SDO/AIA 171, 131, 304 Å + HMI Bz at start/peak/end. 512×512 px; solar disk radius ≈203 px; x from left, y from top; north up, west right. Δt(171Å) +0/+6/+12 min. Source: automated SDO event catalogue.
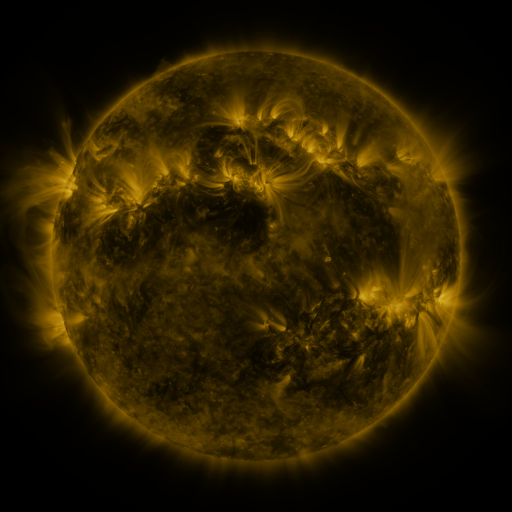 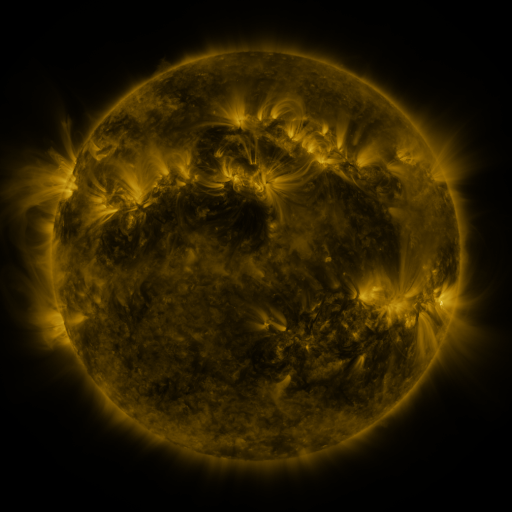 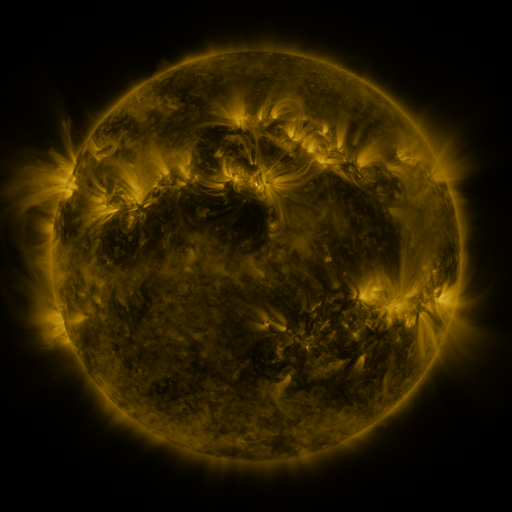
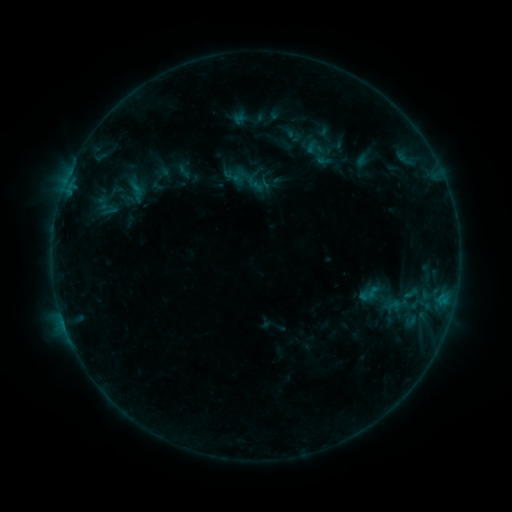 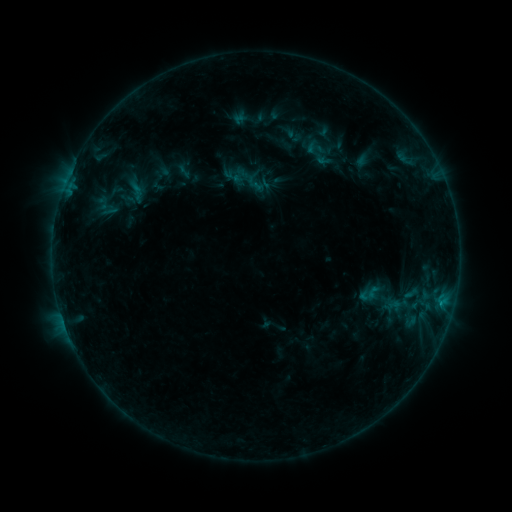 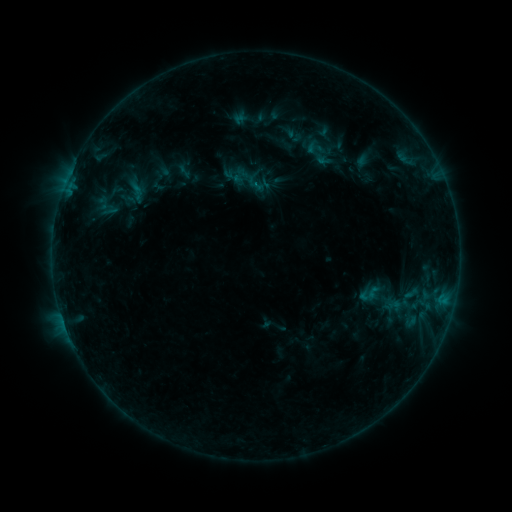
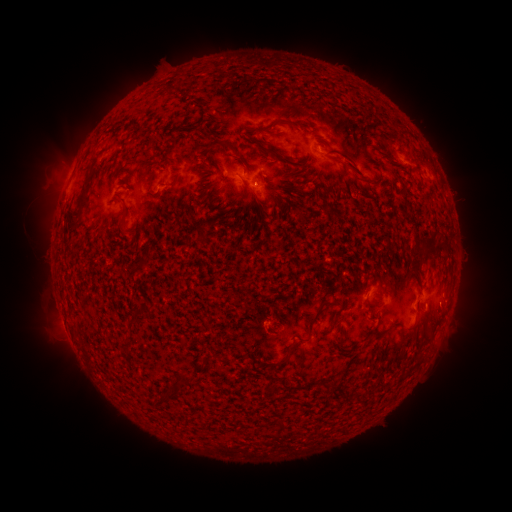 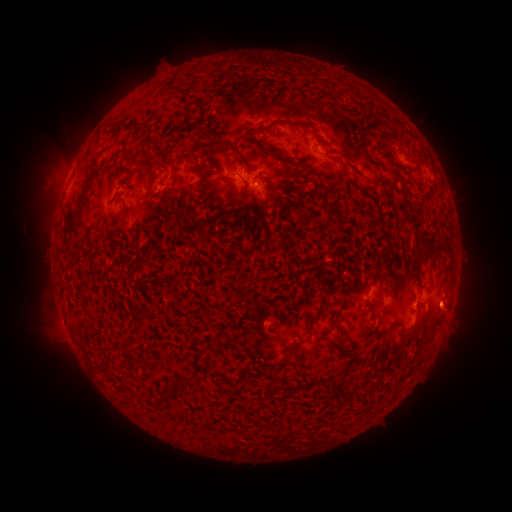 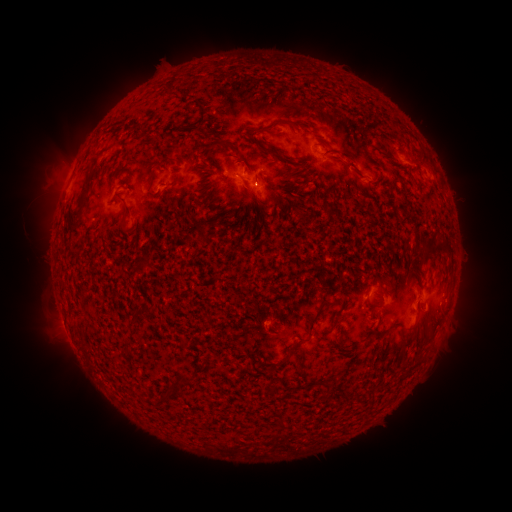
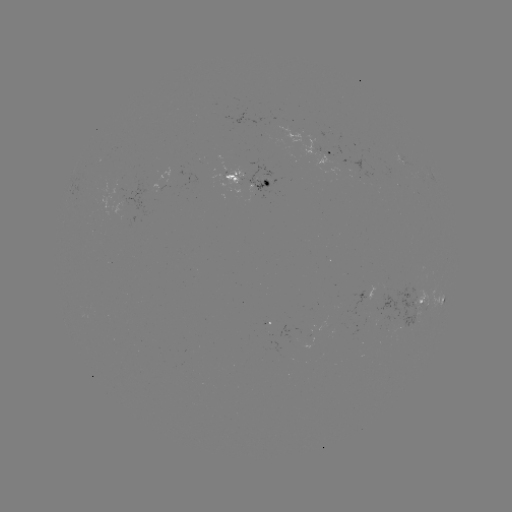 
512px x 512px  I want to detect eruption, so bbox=[423, 284, 480, 339].